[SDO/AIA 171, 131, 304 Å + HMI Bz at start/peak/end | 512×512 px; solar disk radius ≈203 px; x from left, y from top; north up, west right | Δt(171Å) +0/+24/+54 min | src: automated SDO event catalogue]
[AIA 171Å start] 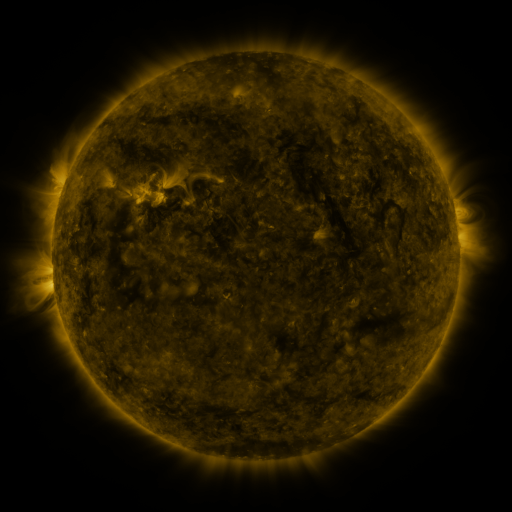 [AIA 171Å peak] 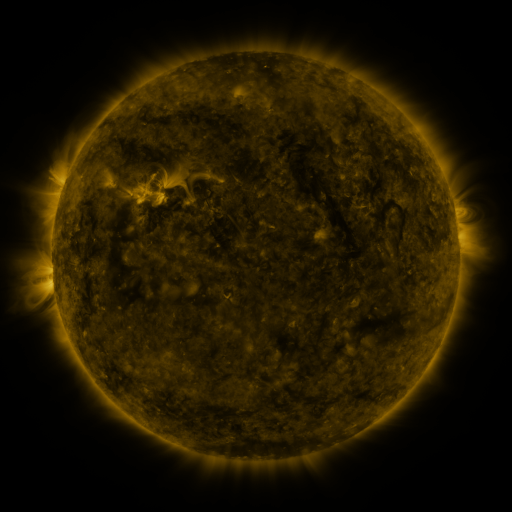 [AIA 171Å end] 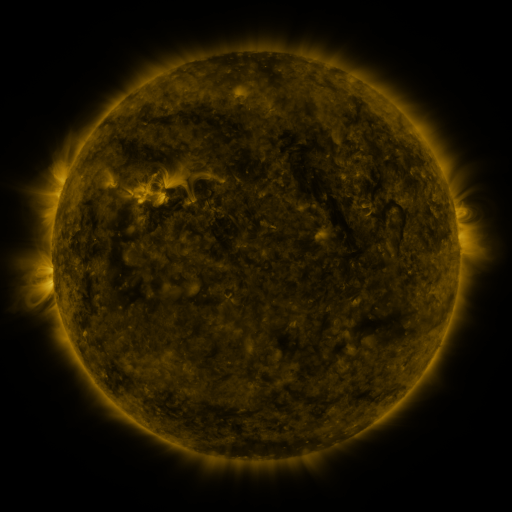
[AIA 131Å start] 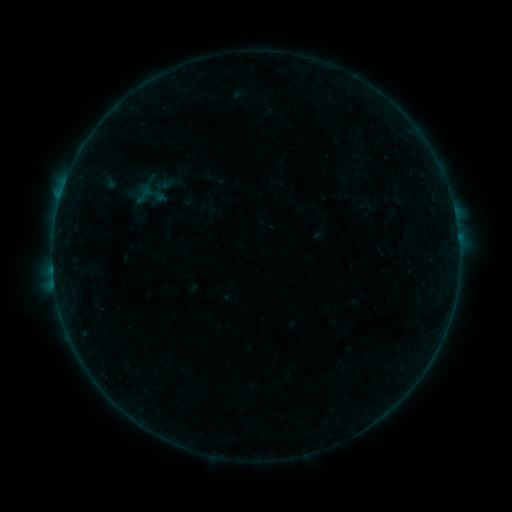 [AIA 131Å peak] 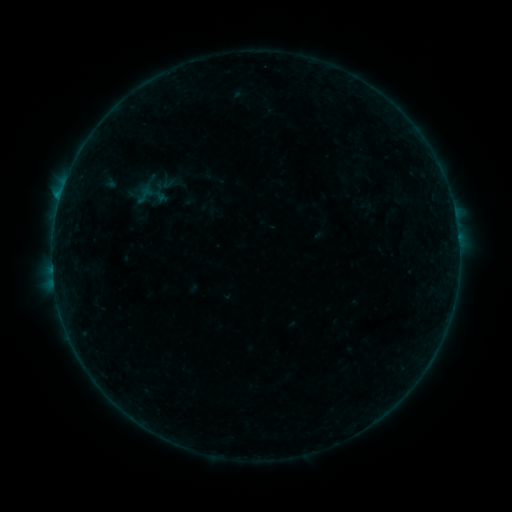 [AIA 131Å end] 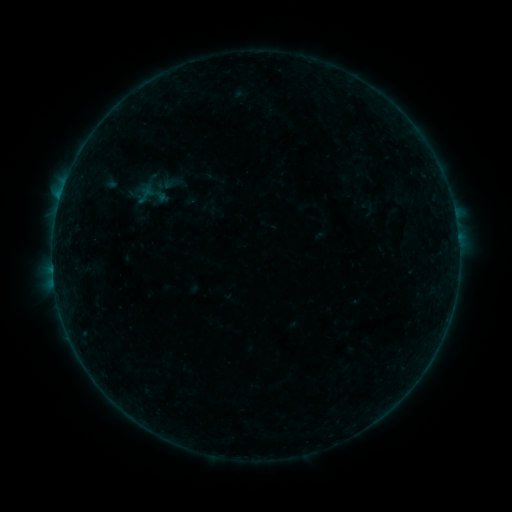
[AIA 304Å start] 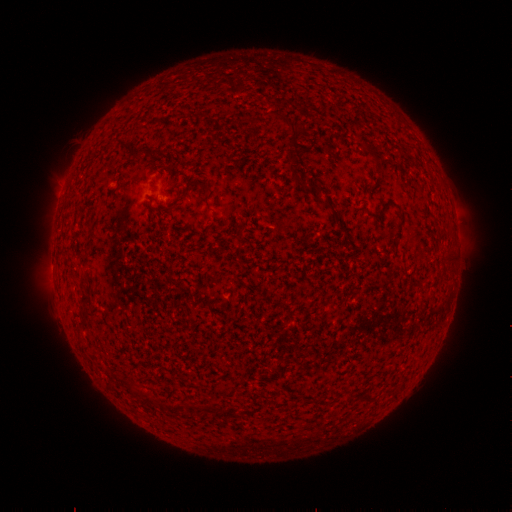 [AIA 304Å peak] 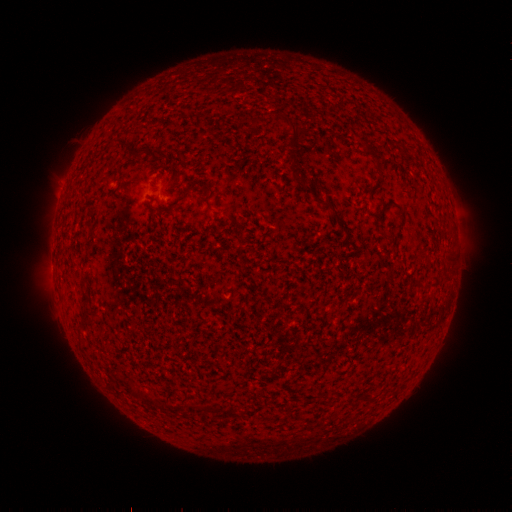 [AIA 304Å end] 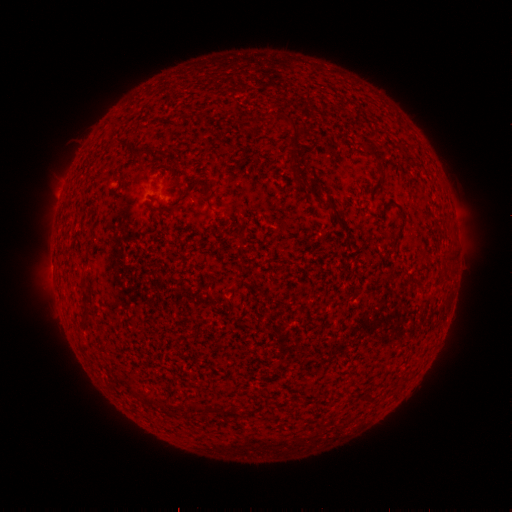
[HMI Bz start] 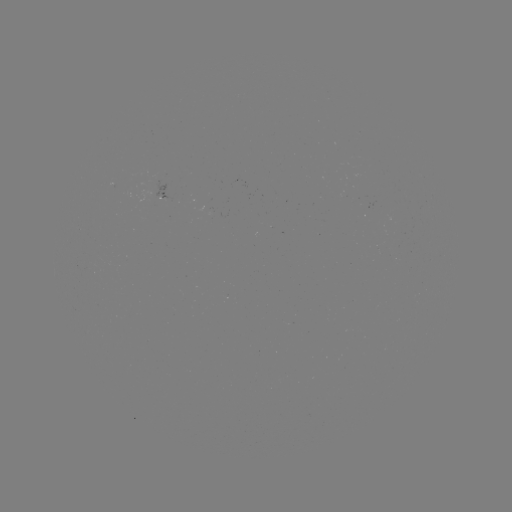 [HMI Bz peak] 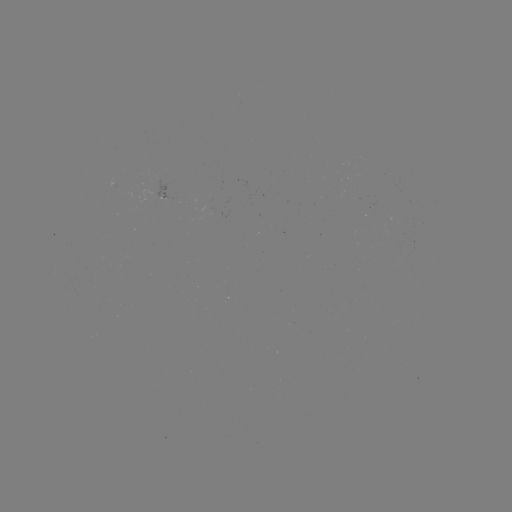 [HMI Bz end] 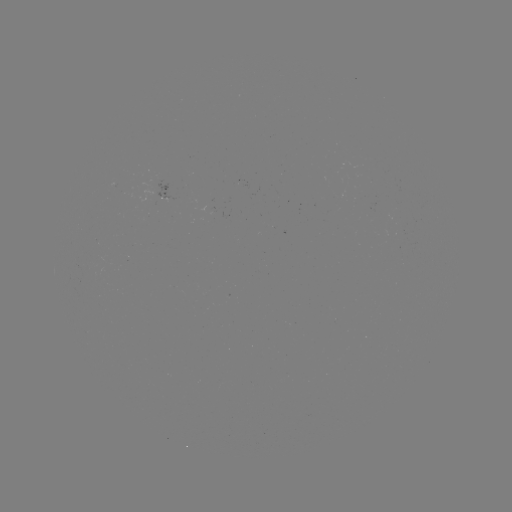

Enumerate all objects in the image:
B3.1 flare: (60, 199)
